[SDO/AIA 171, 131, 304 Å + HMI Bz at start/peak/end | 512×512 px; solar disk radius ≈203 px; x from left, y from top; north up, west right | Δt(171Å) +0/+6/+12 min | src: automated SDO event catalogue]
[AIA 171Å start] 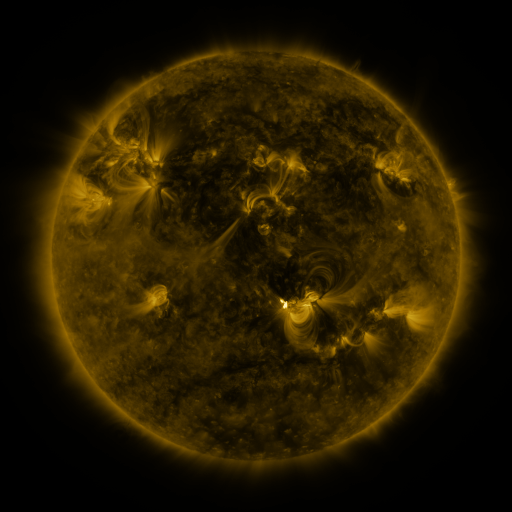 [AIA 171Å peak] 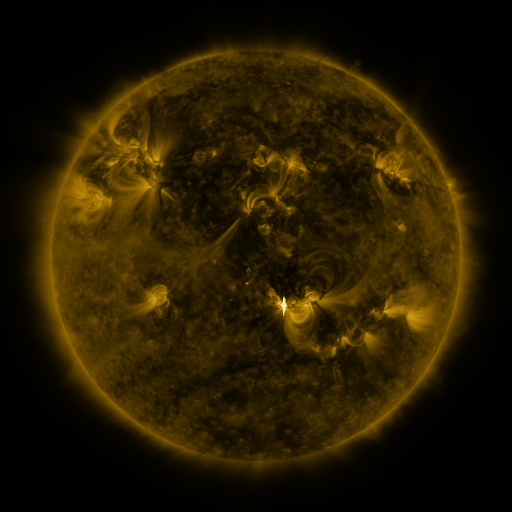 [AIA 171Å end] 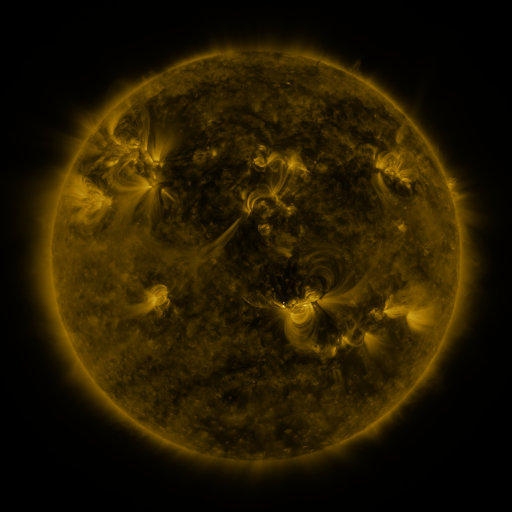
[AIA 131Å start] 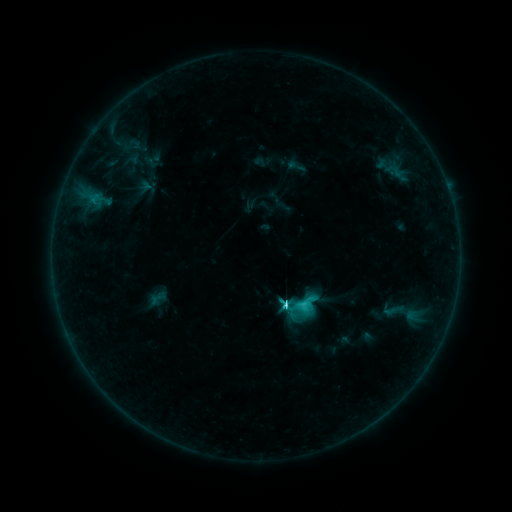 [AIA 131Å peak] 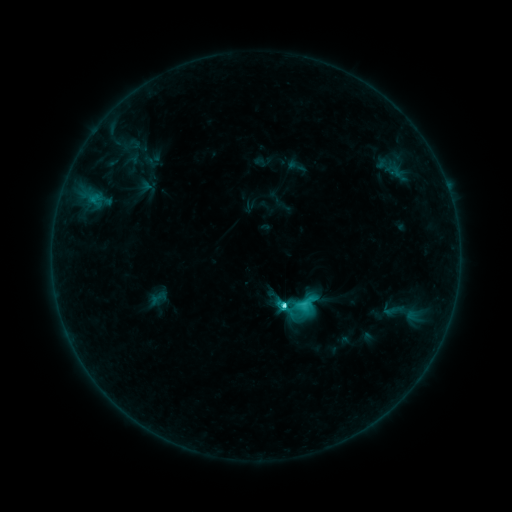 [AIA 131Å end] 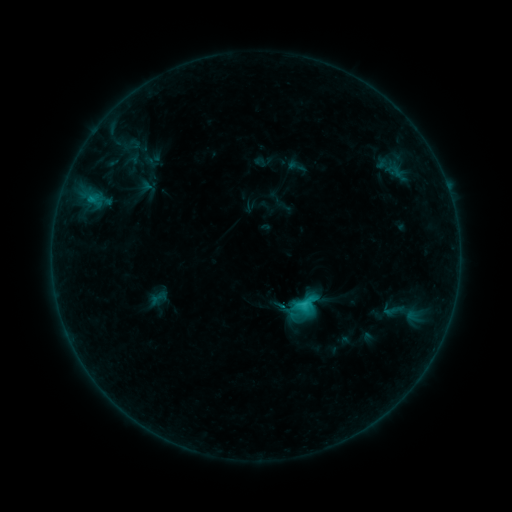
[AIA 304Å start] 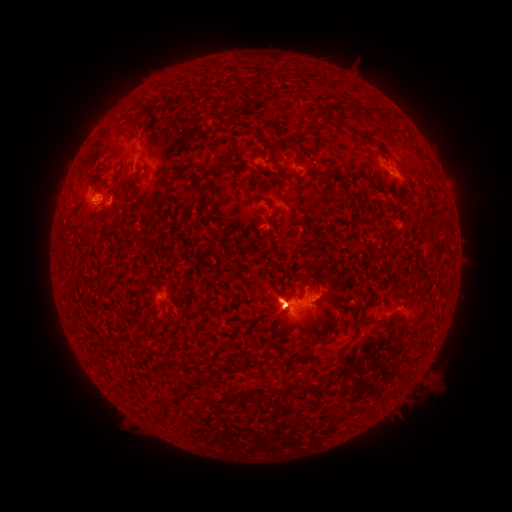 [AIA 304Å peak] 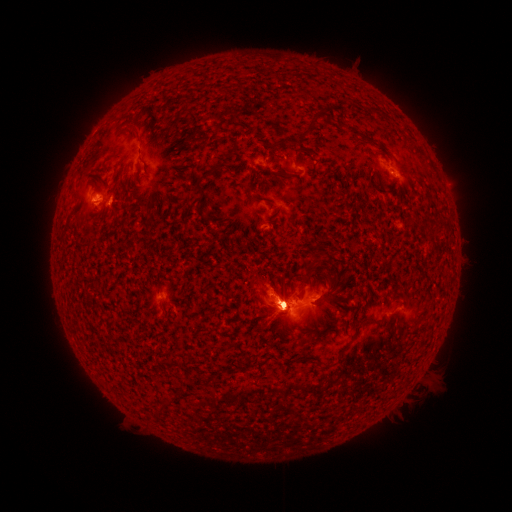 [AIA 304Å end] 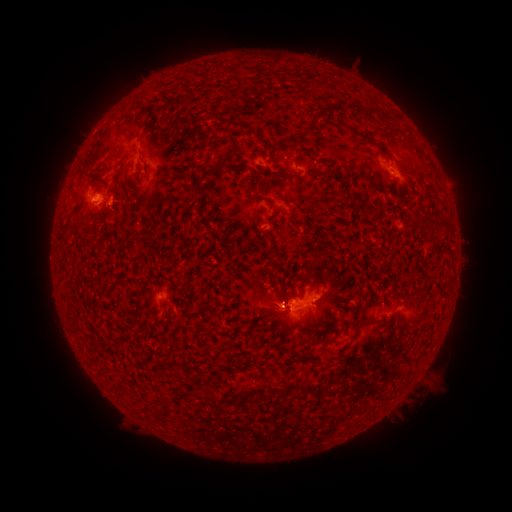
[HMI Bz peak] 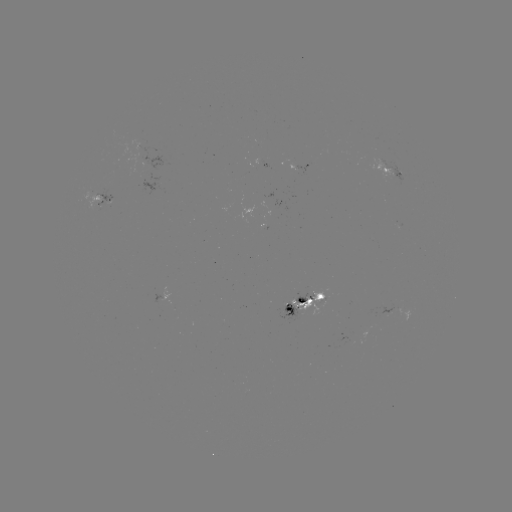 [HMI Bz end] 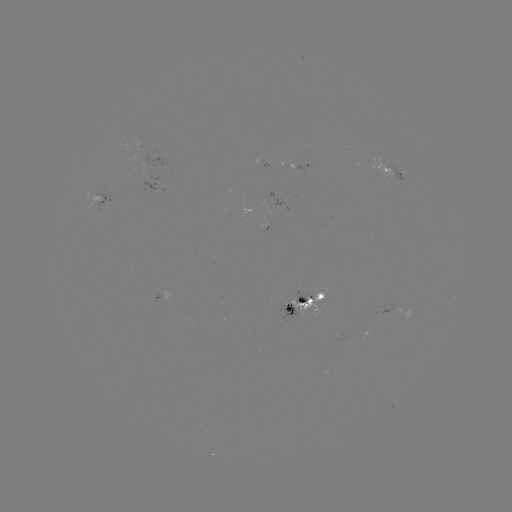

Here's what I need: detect eruption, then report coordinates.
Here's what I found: eruption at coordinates (369, 345).